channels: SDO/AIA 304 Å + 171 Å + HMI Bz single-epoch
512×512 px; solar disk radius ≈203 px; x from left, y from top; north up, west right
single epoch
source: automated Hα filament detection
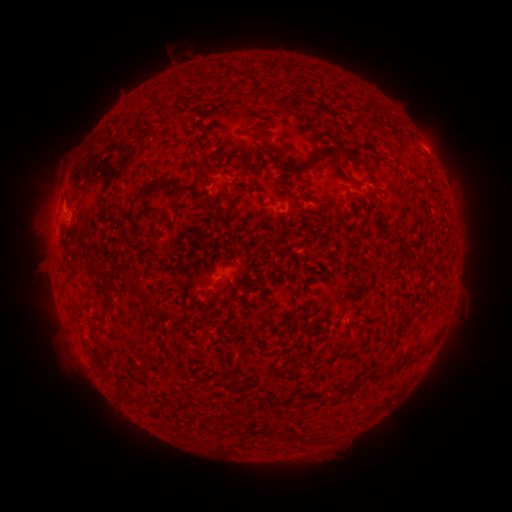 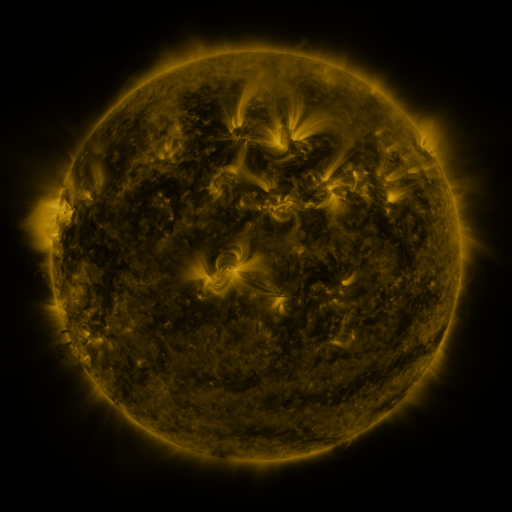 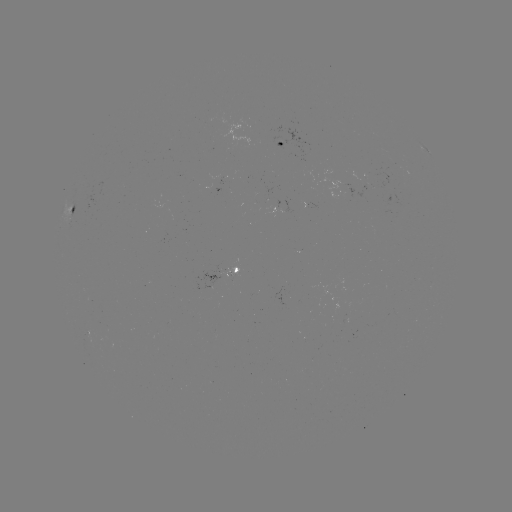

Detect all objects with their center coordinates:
filament: (158, 88)
filament: (268, 96)
filament: (261, 149)
filament: (319, 151)
filament: (275, 159)
filament: (284, 169)
filament: (195, 176)
filament: (78, 178)
filament: (173, 188)
filament: (142, 192)
filament: (230, 203)
filament: (130, 221)
filament: (64, 240)
filament: (229, 256)
filament: (97, 272)
filament: (127, 273)
filament: (109, 290)
filament: (218, 292)
filament: (204, 294)
filament: (150, 302)
filament: (303, 305)
filament: (166, 314)
filament: (94, 325)
filament: (83, 344)
filament: (411, 360)
filament: (96, 364)
filament: (122, 397)
